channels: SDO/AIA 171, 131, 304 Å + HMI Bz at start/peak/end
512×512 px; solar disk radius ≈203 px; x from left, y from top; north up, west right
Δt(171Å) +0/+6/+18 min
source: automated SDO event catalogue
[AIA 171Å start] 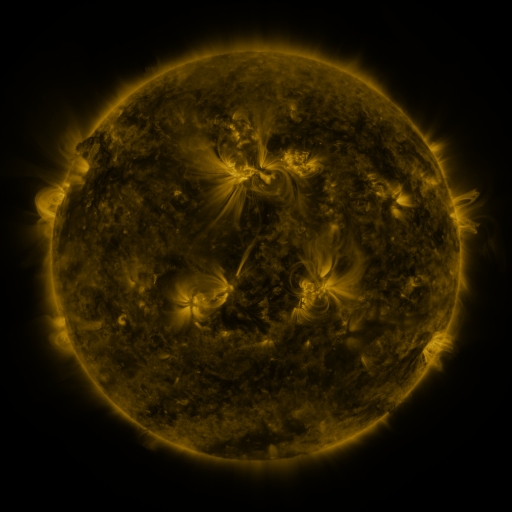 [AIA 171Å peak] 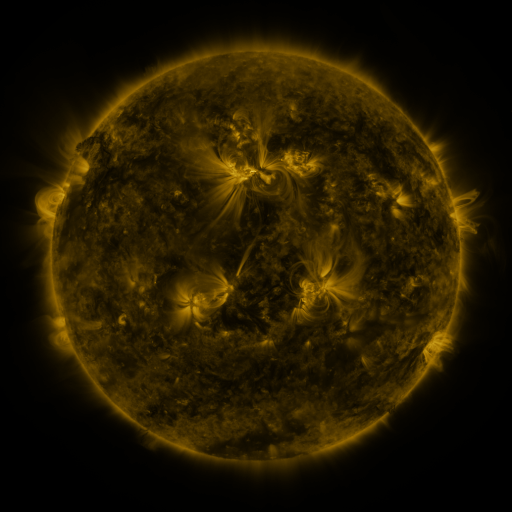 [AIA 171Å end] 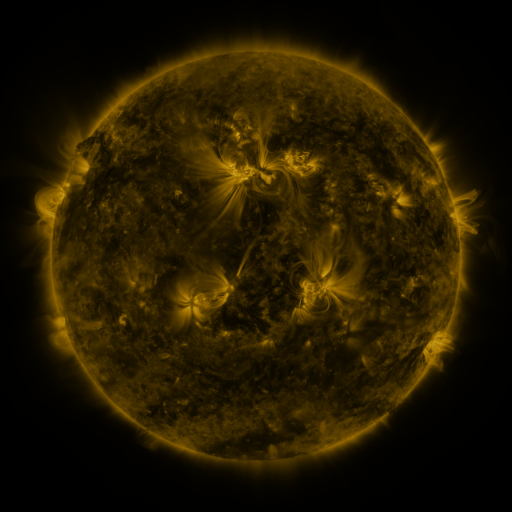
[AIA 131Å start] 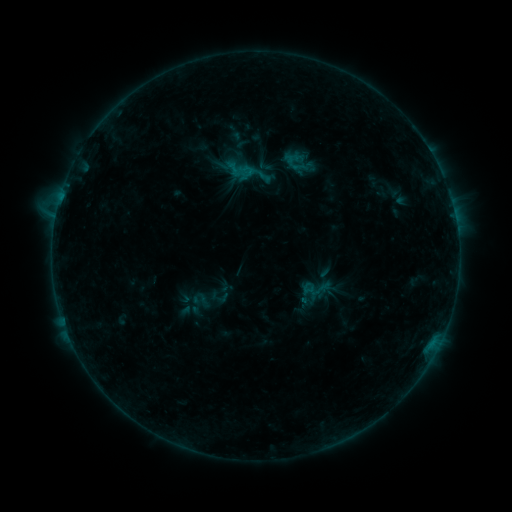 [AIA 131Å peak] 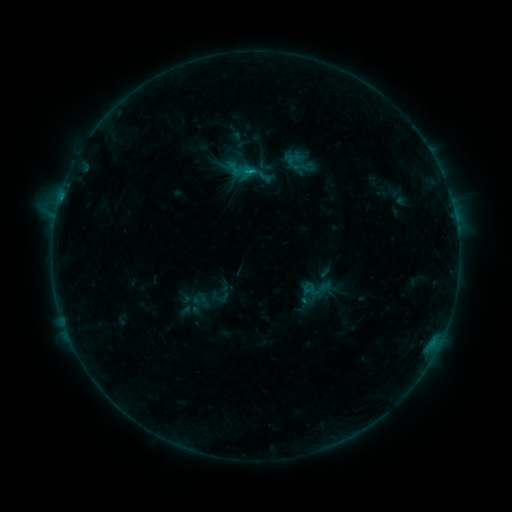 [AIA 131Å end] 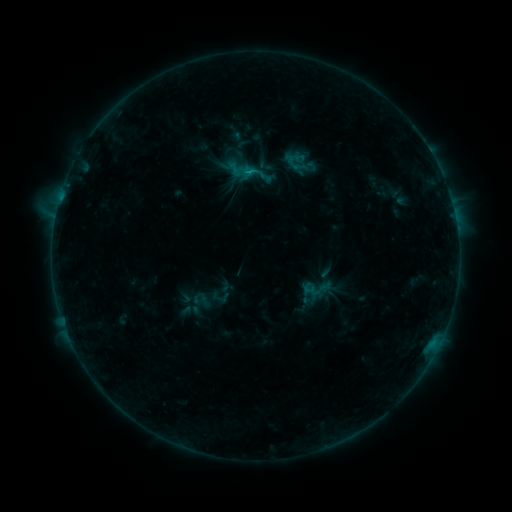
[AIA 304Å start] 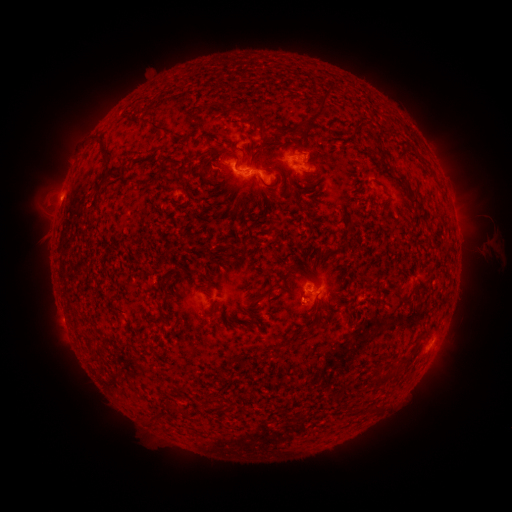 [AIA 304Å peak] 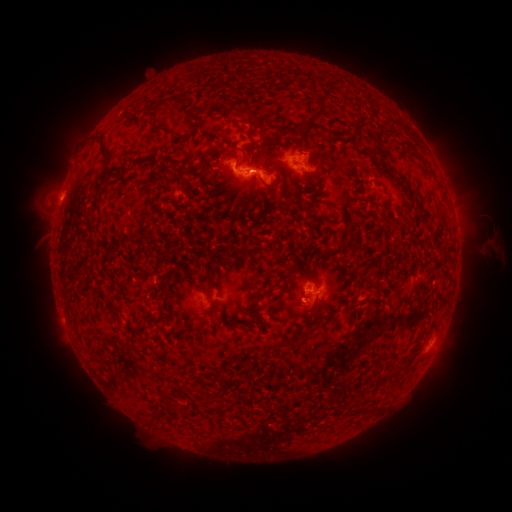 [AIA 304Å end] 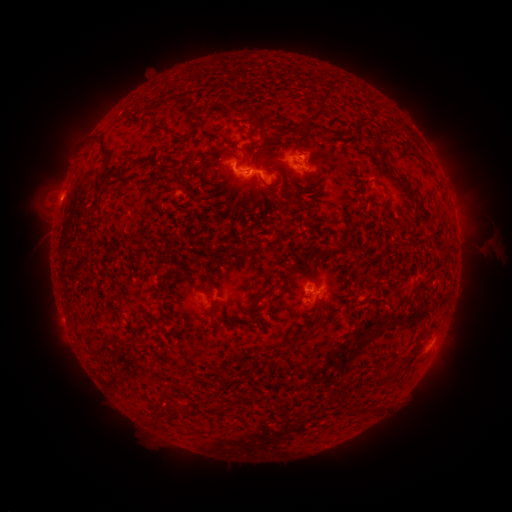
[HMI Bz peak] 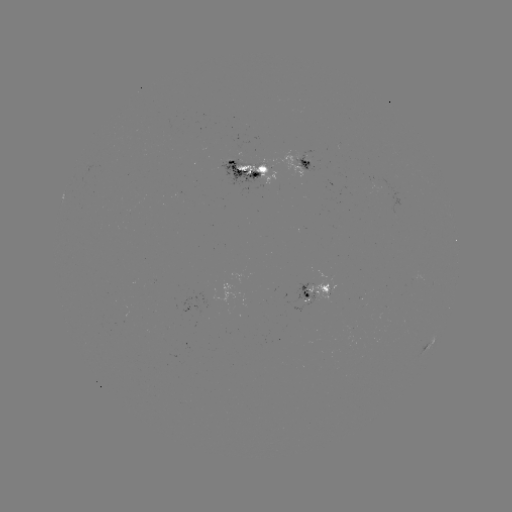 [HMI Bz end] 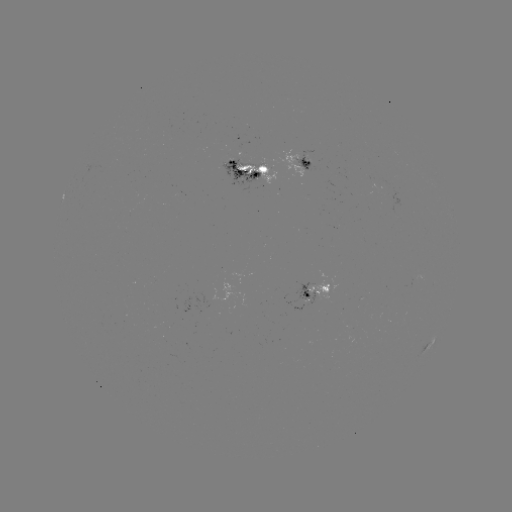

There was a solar flare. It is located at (252, 172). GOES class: C1.0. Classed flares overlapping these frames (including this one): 1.